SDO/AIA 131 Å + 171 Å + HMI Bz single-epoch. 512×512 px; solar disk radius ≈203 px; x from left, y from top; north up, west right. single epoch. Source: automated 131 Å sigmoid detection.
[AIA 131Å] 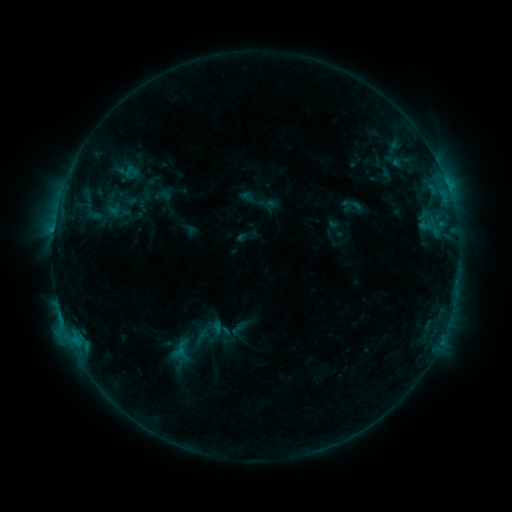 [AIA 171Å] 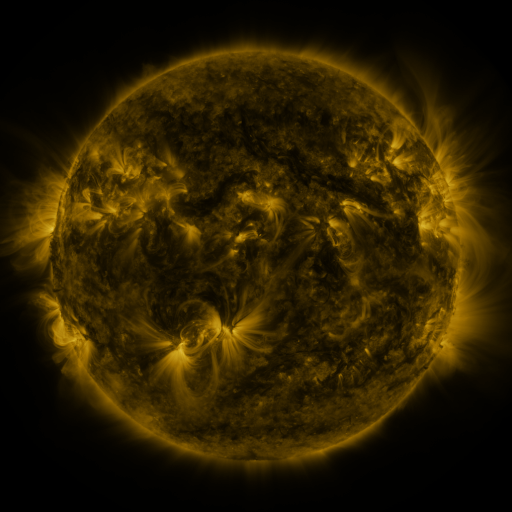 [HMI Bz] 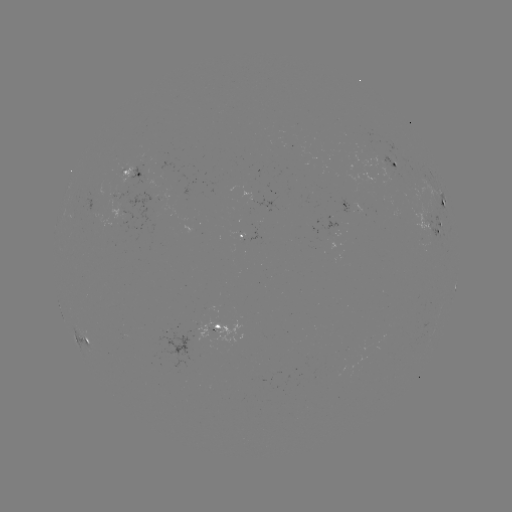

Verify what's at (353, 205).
sigmoid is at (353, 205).